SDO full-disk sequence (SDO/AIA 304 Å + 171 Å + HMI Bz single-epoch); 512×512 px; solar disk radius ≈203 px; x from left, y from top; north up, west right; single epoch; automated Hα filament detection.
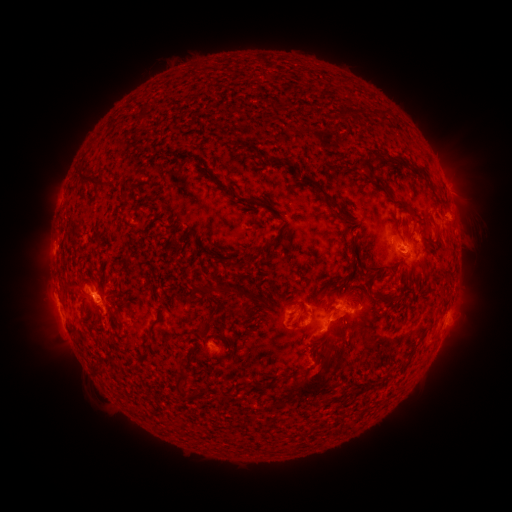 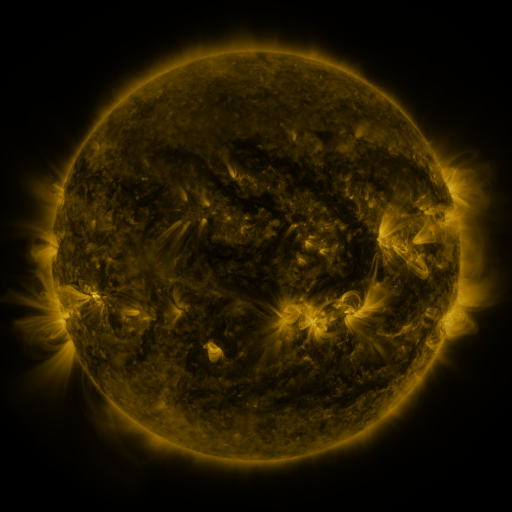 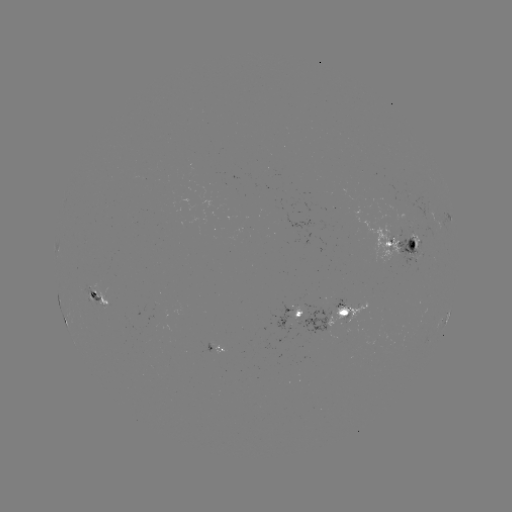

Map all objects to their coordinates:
filament: (348, 107, 357, 119)
filament: (136, 108, 147, 122)
filament: (335, 109, 345, 118)
filament: (372, 150, 381, 163)
filament: (253, 151, 262, 160)
filament: (179, 153, 193, 165)
filament: (267, 156, 346, 221)
filament: (195, 161, 207, 175)
filament: (361, 162, 372, 174)
filament: (412, 163, 430, 178)
filament: (373, 173, 384, 187)
filament: (77, 174, 106, 192)
filament: (239, 196, 257, 207)
filament: (398, 198, 412, 208)
filament: (270, 211, 287, 223)
filament: (432, 221, 439, 234)
filament: (184, 226, 192, 236)
filament: (262, 233, 281, 249)
filament: (348, 239, 357, 261)
filament: (226, 257, 240, 271)
filament: (325, 275, 346, 301)
filament: (316, 283, 327, 296)
filament: (195, 285, 232, 296)
filament: (390, 292, 401, 300)
filament: (289, 298, 305, 308)
filament: (199, 322, 210, 338)
filament: (318, 330, 329, 343)
filament: (294, 348, 334, 399)
filament: (306, 363, 319, 374)
filament: (176, 372, 190, 397)
filament: (271, 372, 282, 384)
filament: (255, 381, 263, 392)
filament: (326, 392, 340, 401)
